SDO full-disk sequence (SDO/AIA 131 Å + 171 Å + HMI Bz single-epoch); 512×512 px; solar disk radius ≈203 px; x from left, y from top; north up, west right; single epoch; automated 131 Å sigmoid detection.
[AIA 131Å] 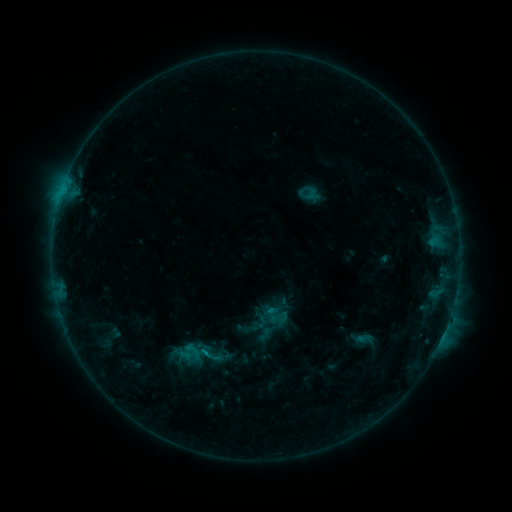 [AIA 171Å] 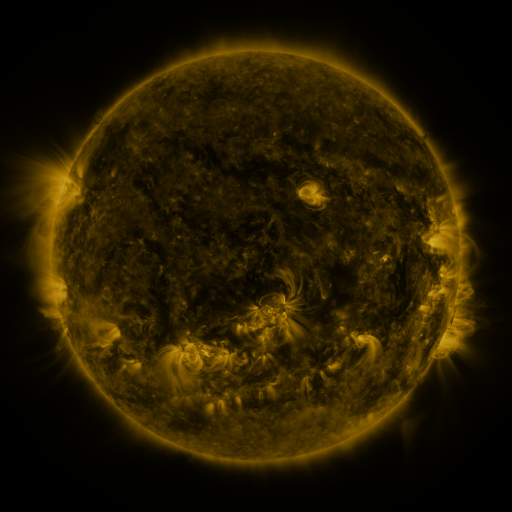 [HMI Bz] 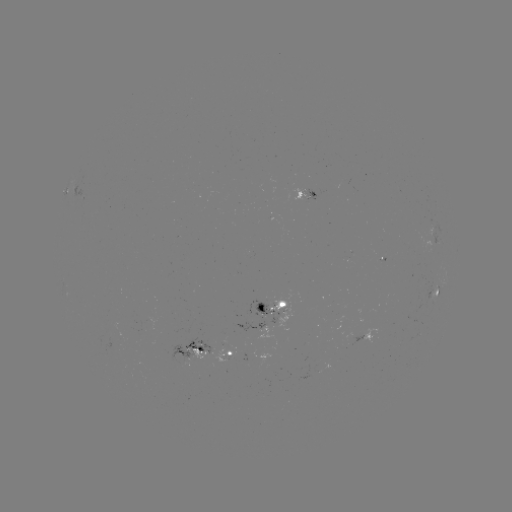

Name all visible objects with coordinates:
sigmoid: (275, 316)
sigmoid: (193, 351)
